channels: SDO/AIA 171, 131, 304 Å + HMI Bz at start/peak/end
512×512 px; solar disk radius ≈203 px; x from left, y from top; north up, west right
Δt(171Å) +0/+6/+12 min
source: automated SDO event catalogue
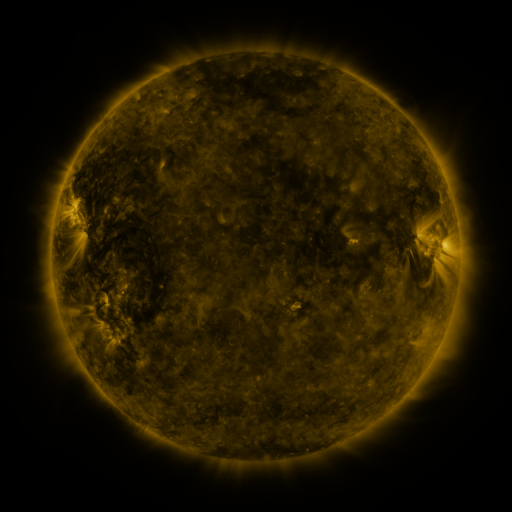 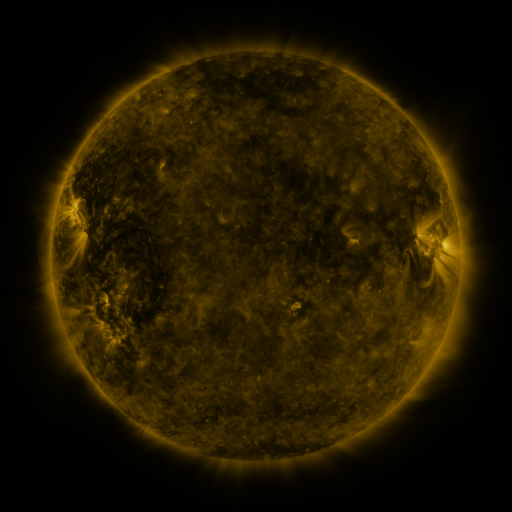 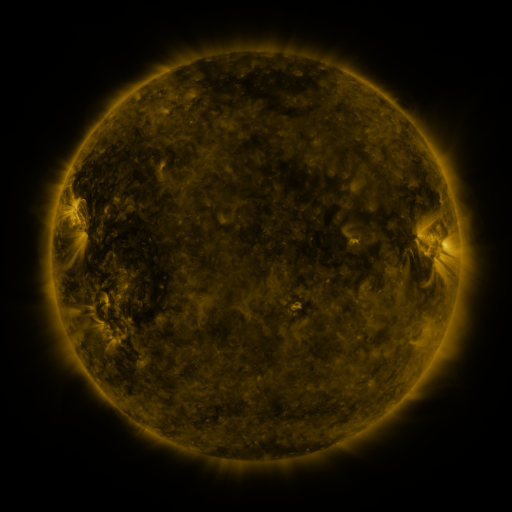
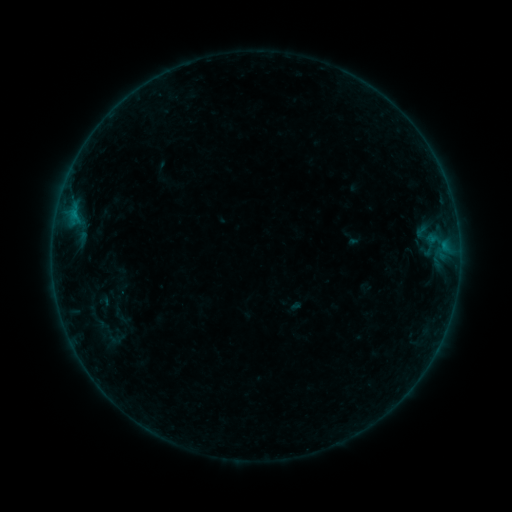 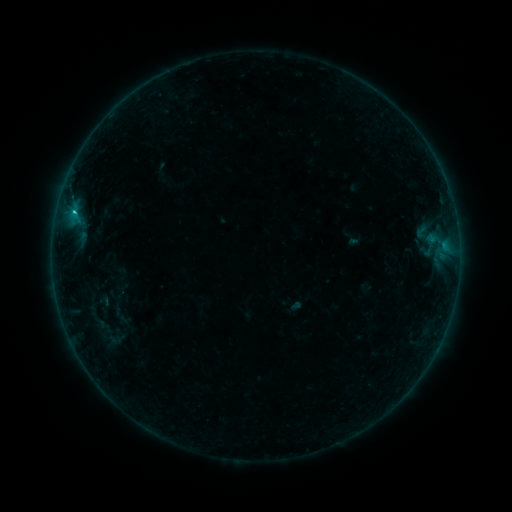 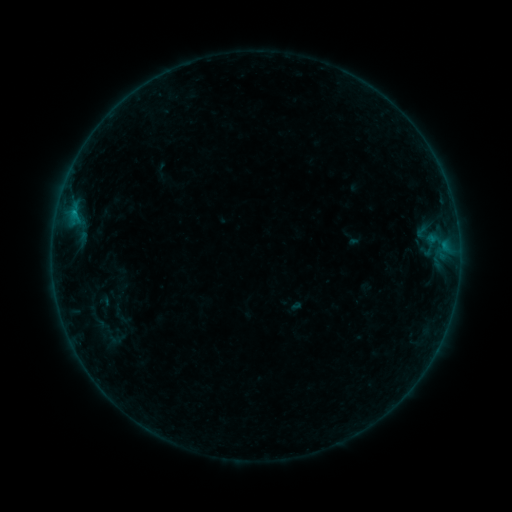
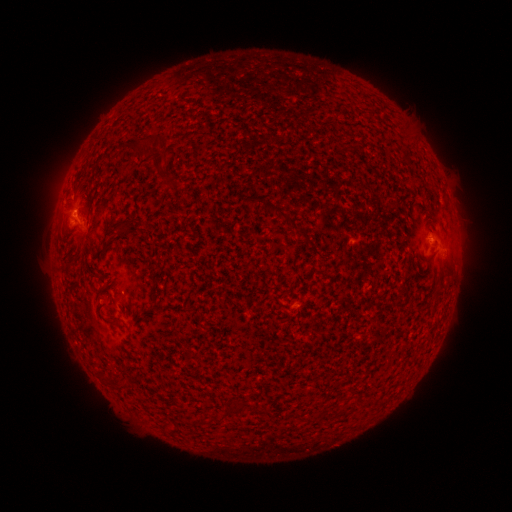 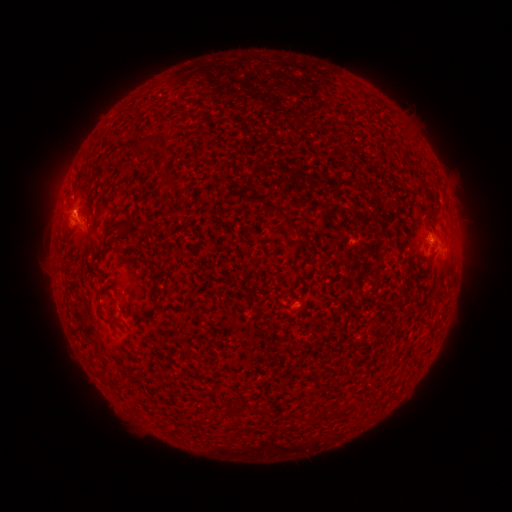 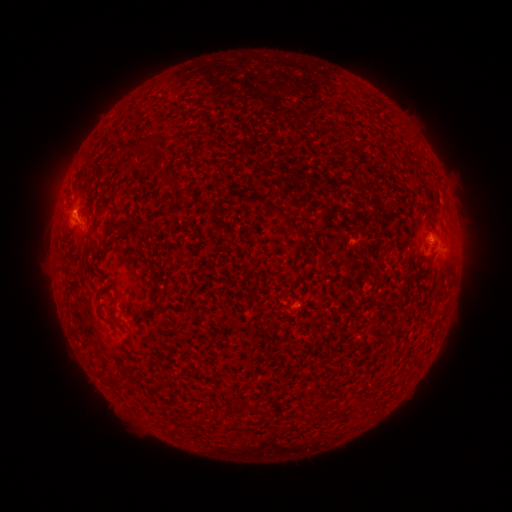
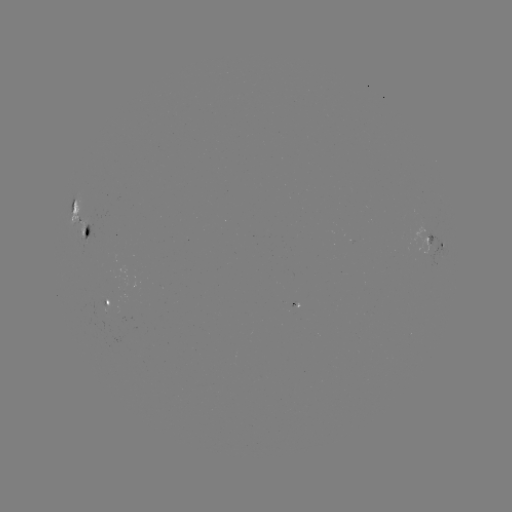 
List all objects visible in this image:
B5.3 flare: (75, 213)
